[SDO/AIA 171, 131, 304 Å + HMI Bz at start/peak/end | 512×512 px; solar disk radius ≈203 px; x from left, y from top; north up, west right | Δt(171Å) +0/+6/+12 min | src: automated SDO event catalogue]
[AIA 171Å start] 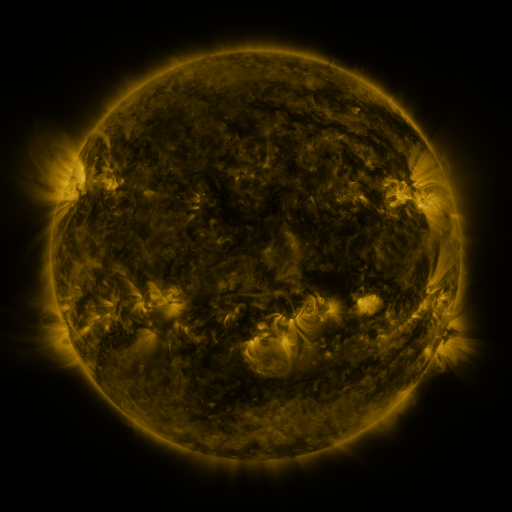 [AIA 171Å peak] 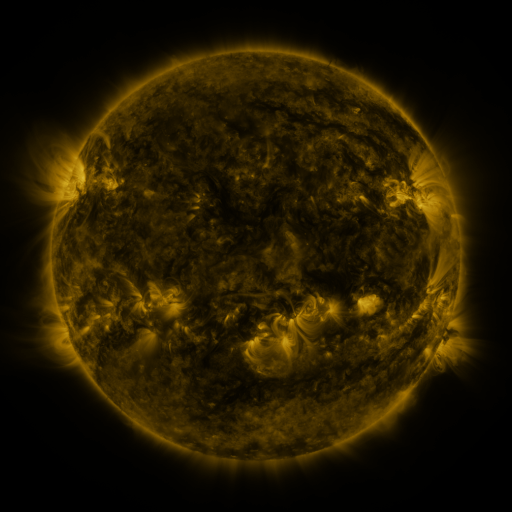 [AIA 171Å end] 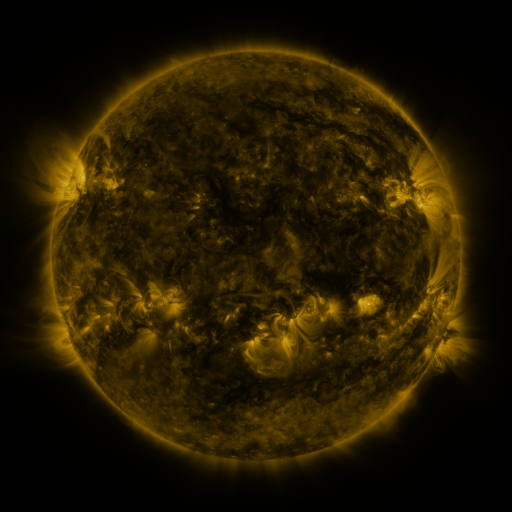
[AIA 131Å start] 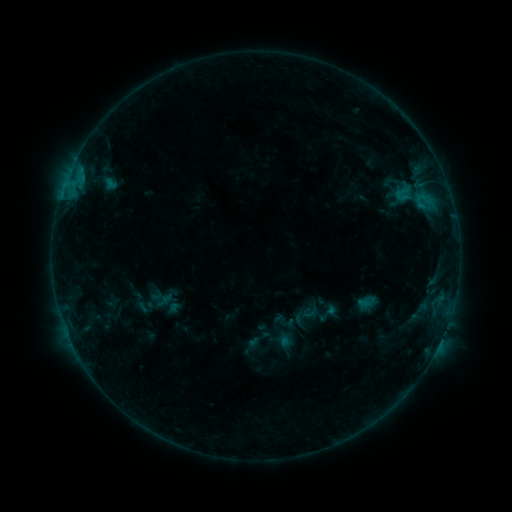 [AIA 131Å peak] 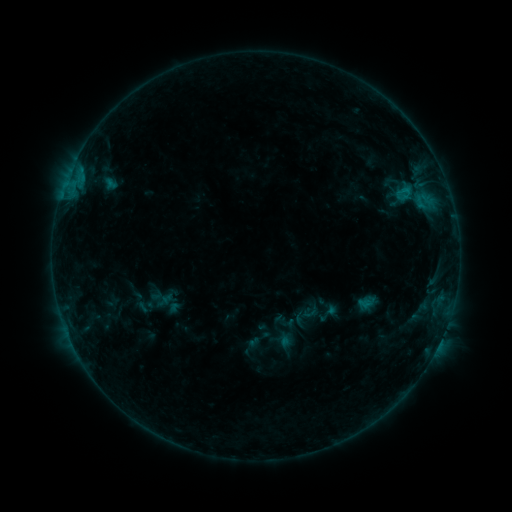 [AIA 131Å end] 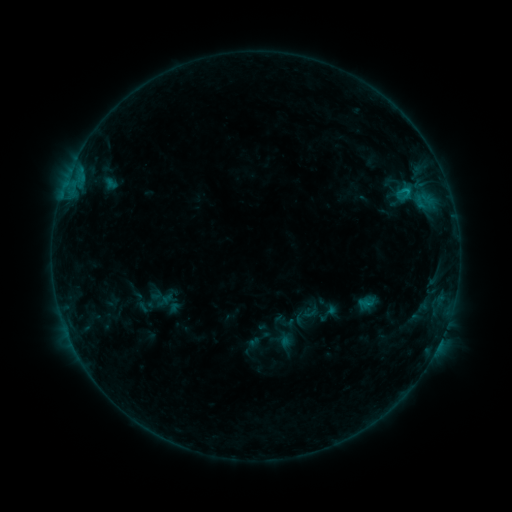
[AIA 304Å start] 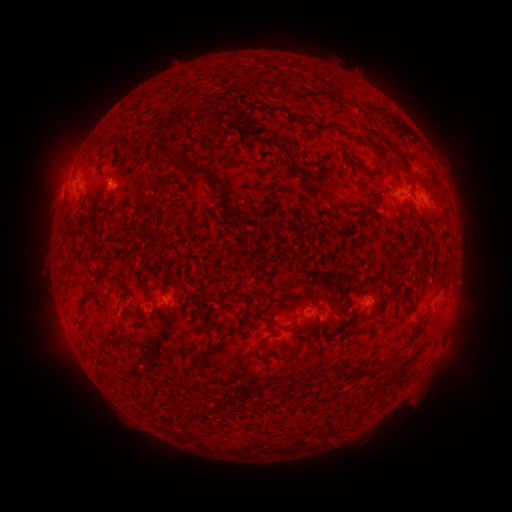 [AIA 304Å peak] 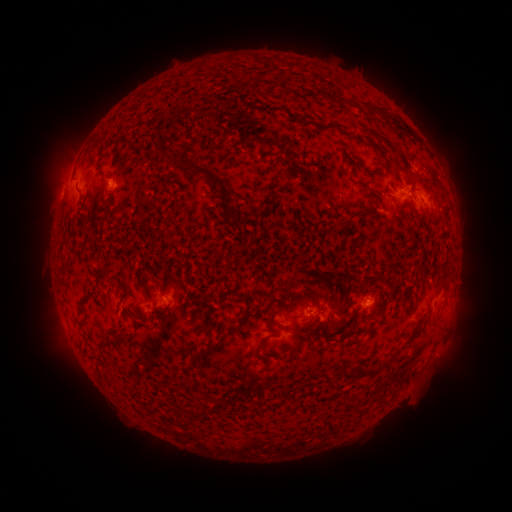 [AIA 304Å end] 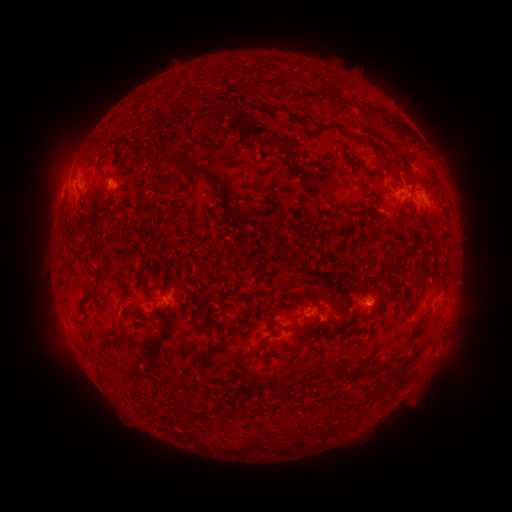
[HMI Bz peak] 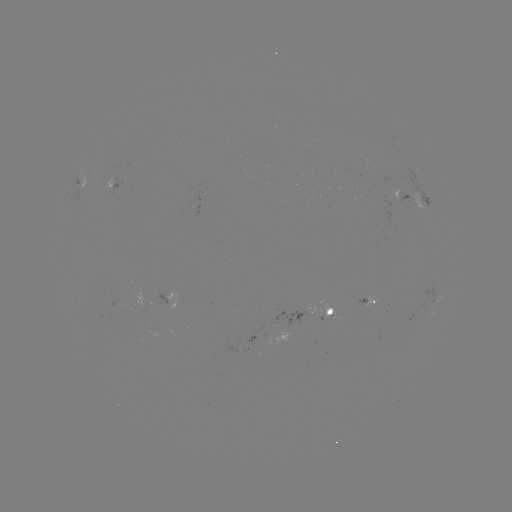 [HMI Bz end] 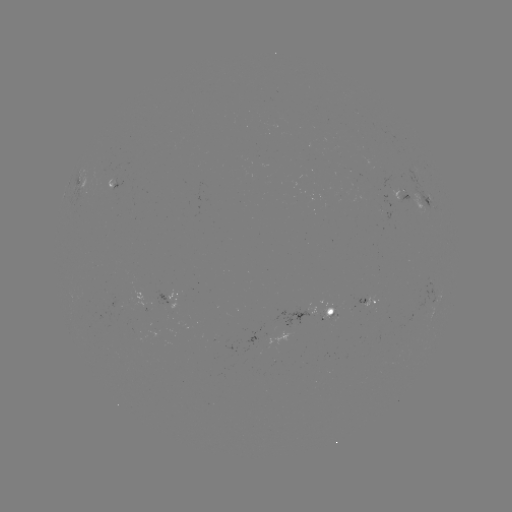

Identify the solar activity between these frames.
no catalogued flare and no flagged EUV brightening in this window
